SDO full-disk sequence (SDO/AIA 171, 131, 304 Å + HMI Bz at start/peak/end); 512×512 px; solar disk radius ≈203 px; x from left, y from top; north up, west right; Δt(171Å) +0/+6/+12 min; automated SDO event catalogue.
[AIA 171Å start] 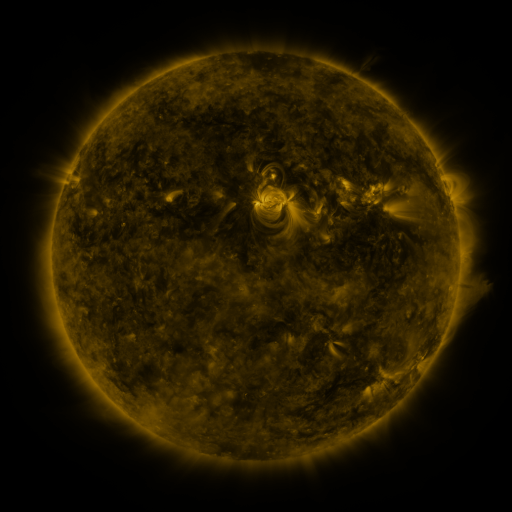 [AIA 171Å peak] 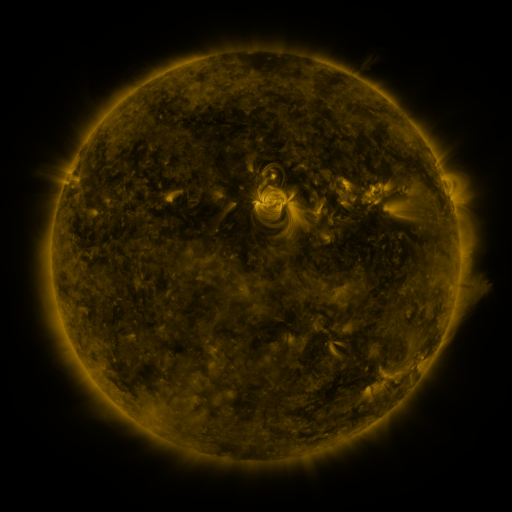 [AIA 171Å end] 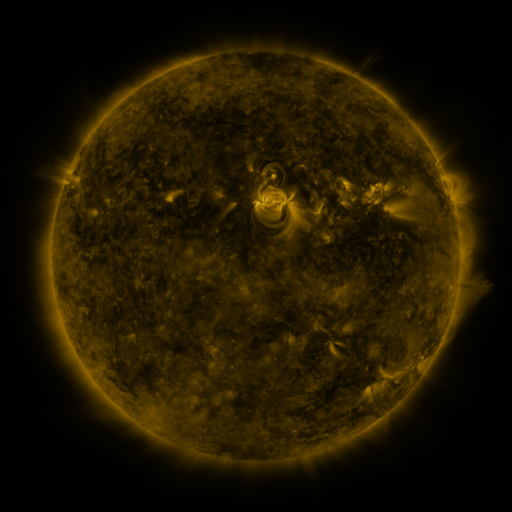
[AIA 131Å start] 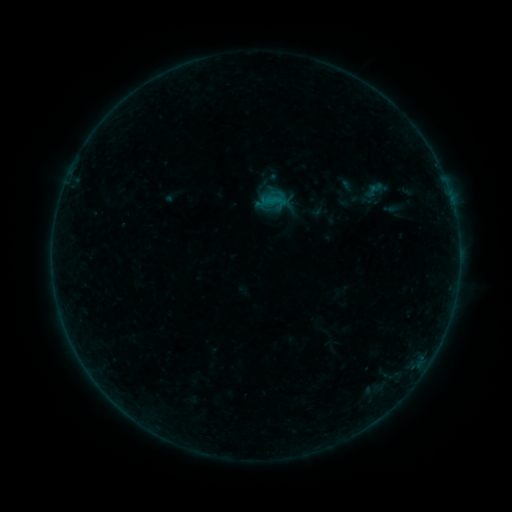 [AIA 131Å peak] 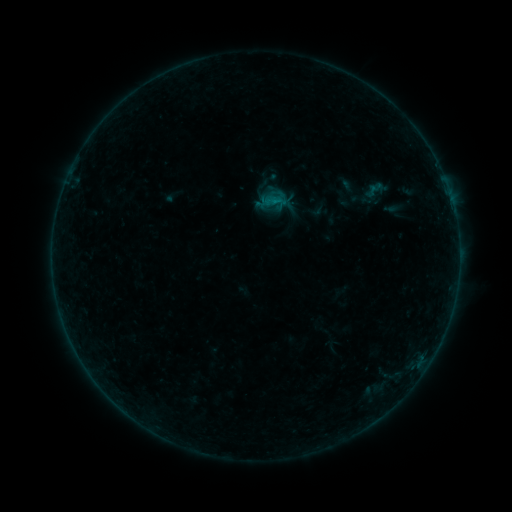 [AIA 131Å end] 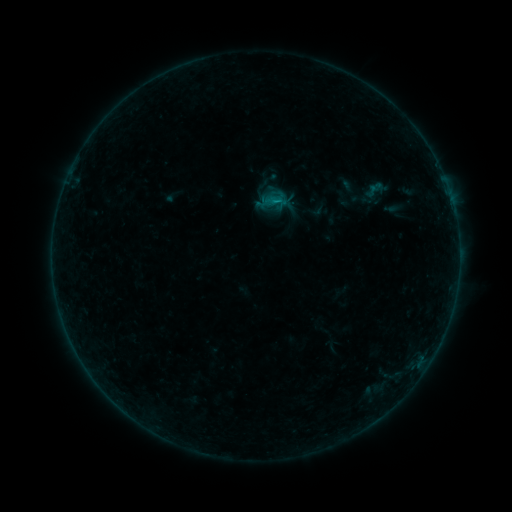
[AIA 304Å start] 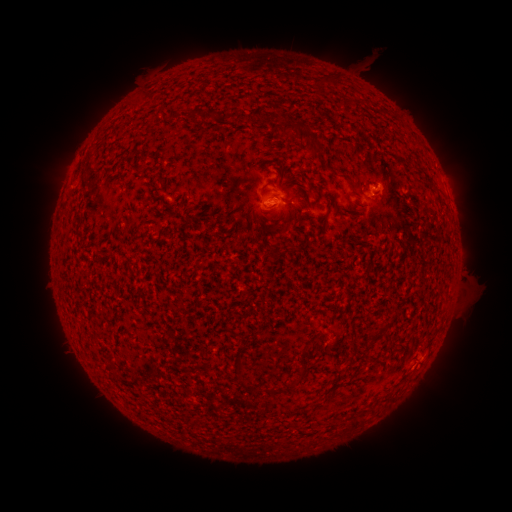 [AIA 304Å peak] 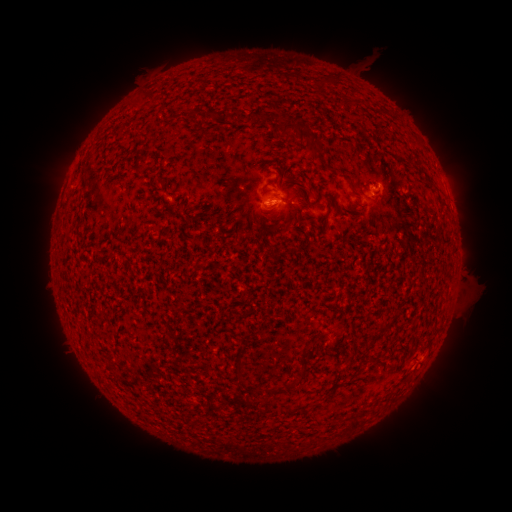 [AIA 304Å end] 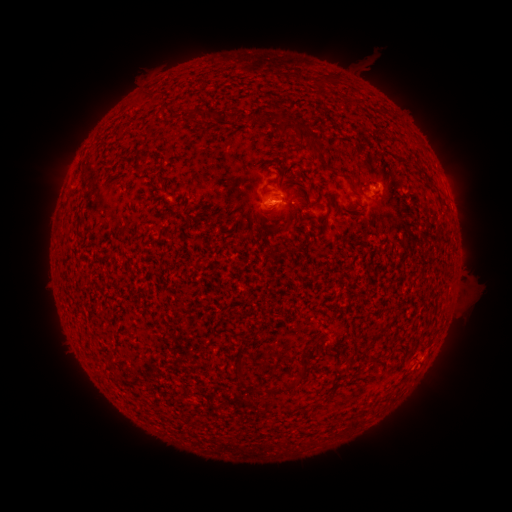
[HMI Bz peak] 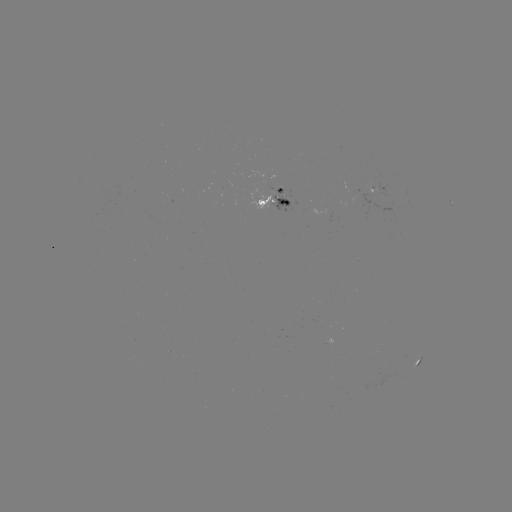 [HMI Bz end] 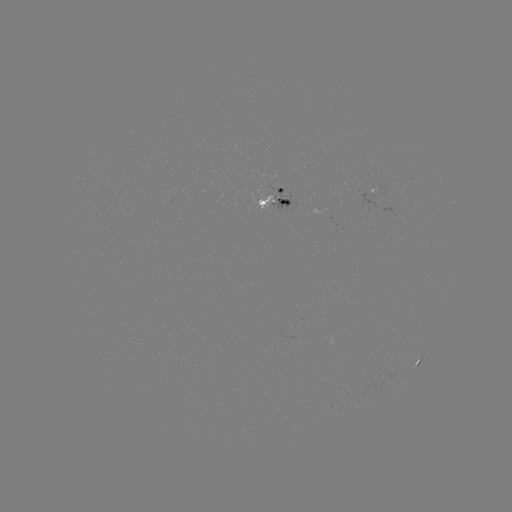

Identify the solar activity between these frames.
B2.8 flare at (272, 206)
